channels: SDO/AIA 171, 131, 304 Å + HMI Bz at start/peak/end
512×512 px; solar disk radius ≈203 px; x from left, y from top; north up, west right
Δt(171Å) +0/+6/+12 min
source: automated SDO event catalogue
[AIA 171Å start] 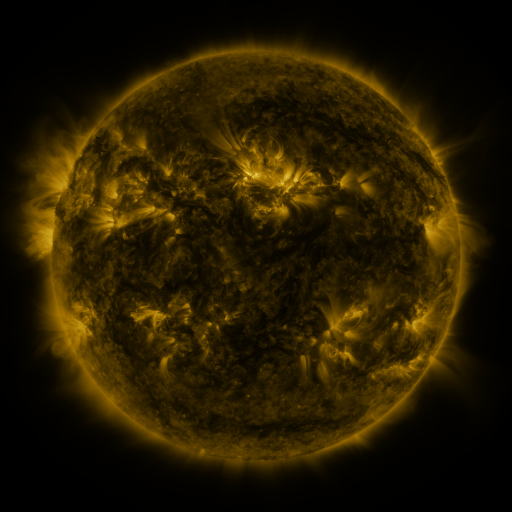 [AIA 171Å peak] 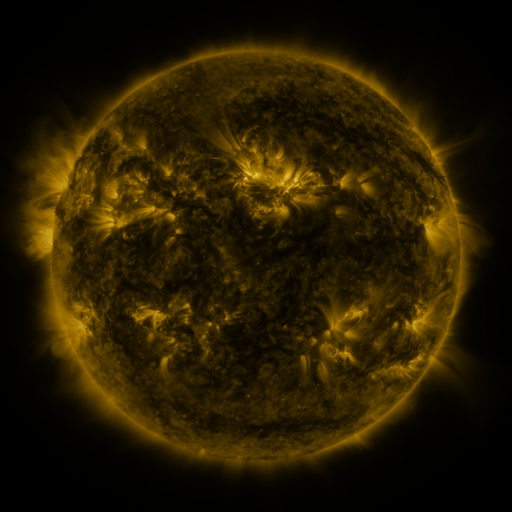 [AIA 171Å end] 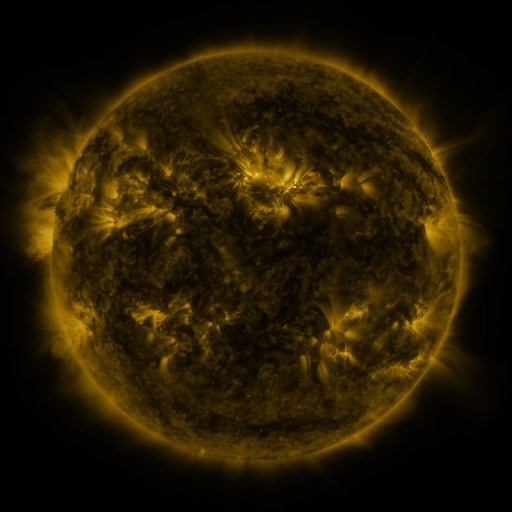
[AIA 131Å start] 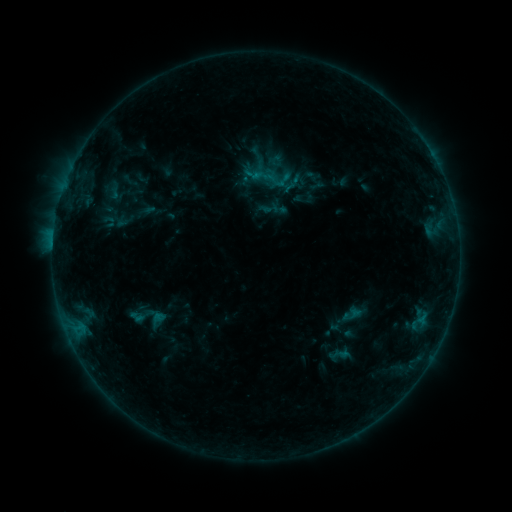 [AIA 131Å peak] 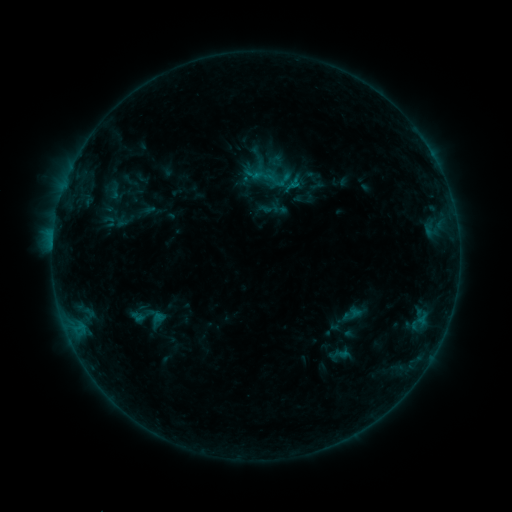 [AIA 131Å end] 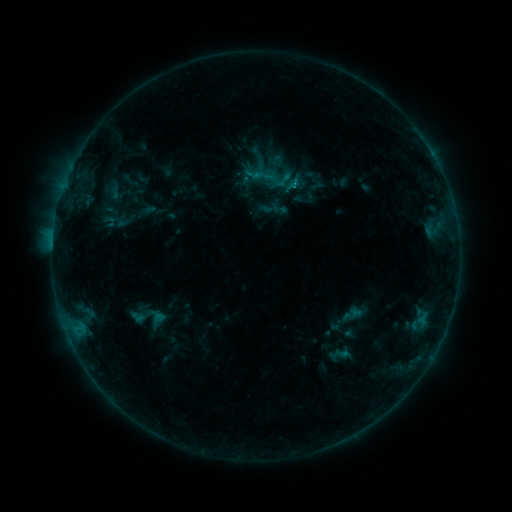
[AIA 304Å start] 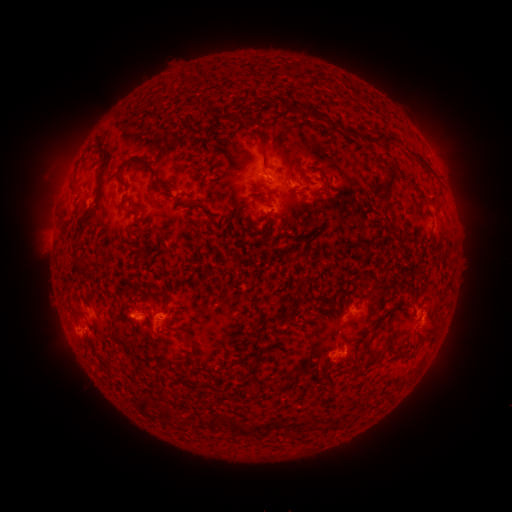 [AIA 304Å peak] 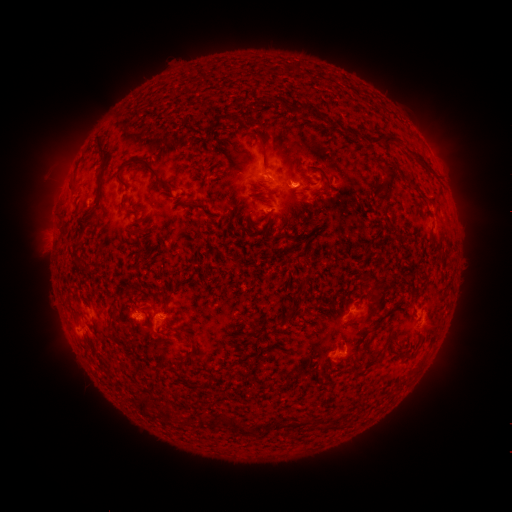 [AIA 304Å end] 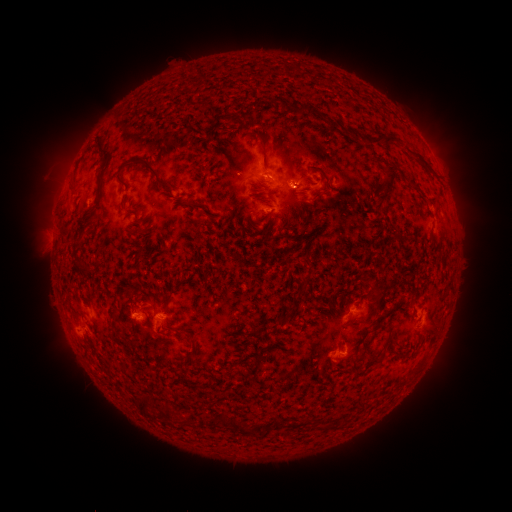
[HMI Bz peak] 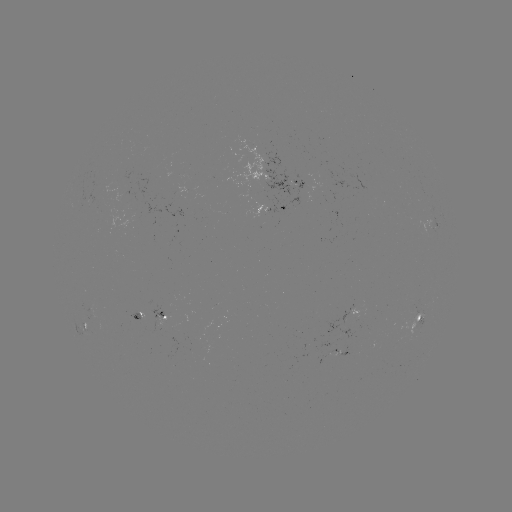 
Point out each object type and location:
B5.4 flare: (293, 188)
